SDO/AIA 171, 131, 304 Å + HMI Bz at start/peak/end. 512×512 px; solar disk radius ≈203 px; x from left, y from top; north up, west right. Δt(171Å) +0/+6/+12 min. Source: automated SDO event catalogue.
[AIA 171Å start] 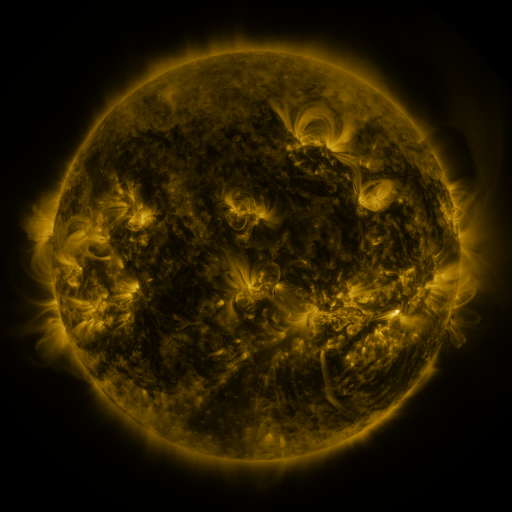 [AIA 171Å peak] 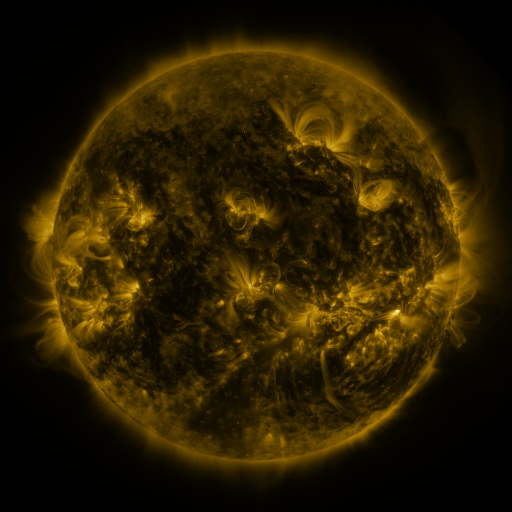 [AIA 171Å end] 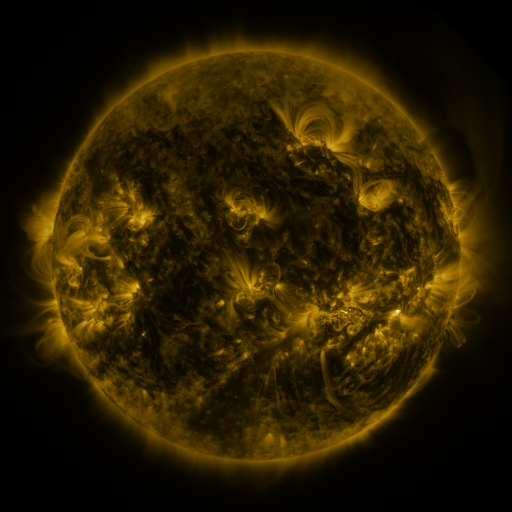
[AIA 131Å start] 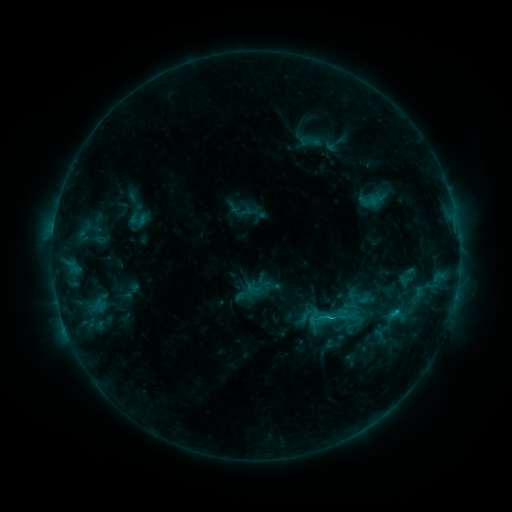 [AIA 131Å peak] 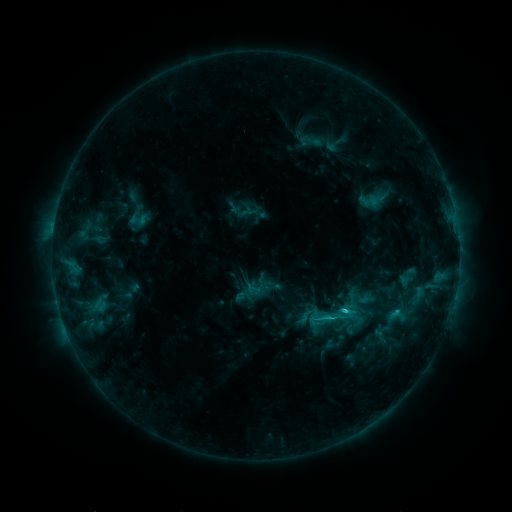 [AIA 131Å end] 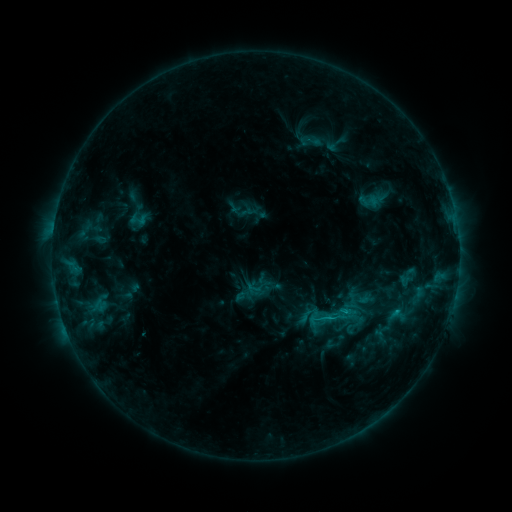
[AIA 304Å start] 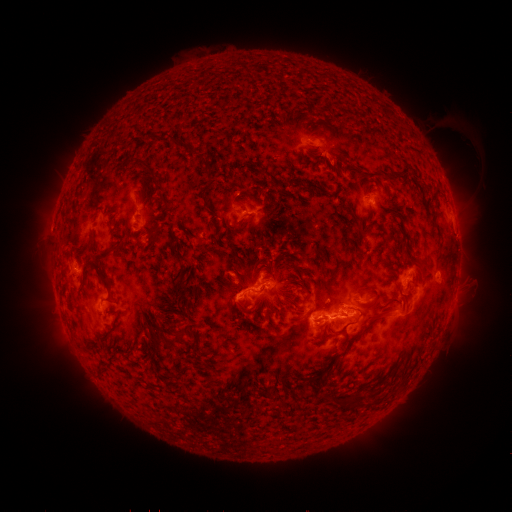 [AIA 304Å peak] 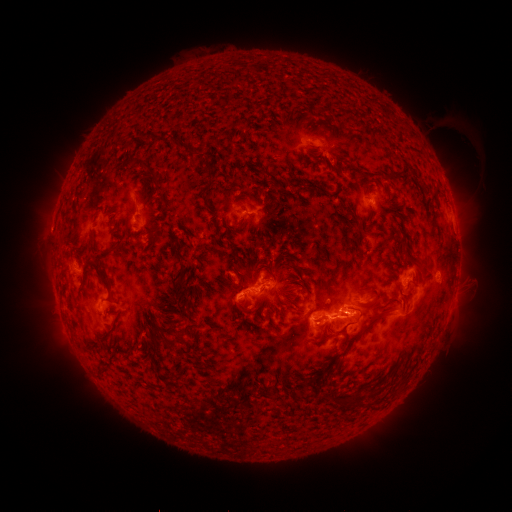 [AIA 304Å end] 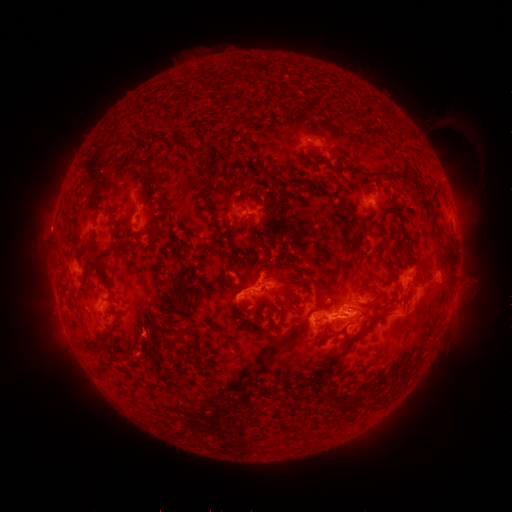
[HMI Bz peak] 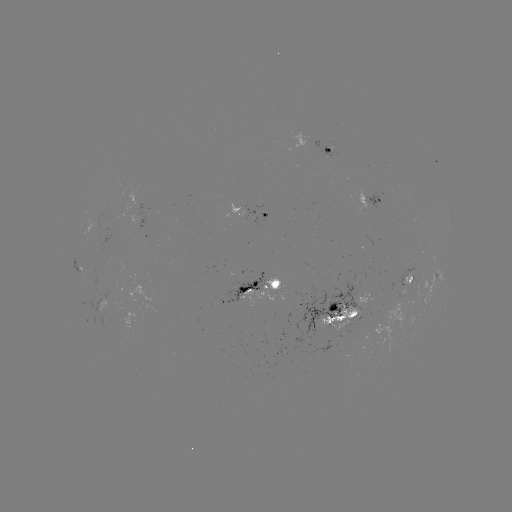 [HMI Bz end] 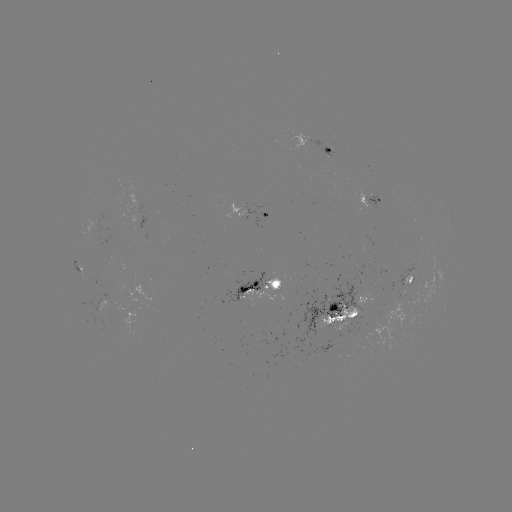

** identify C2.5 flare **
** [344, 311] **